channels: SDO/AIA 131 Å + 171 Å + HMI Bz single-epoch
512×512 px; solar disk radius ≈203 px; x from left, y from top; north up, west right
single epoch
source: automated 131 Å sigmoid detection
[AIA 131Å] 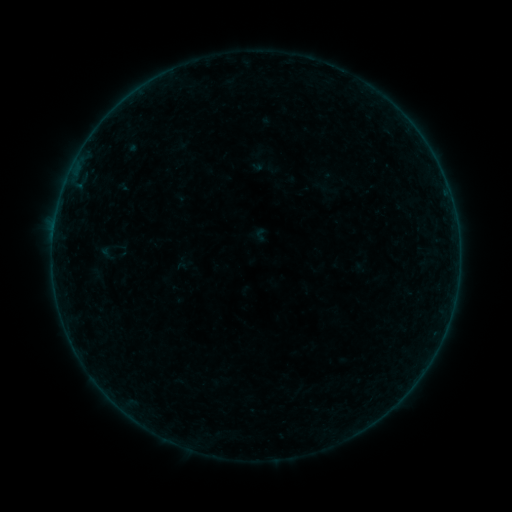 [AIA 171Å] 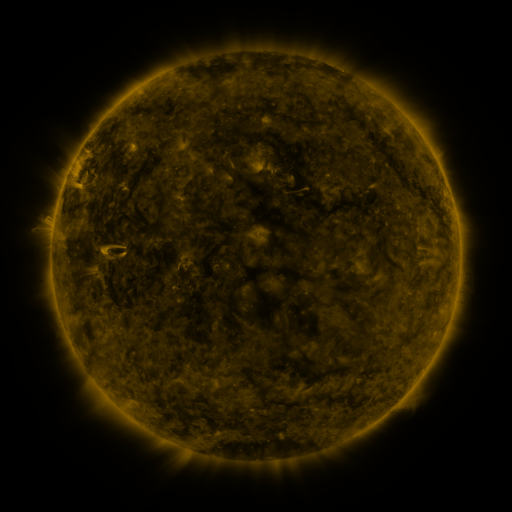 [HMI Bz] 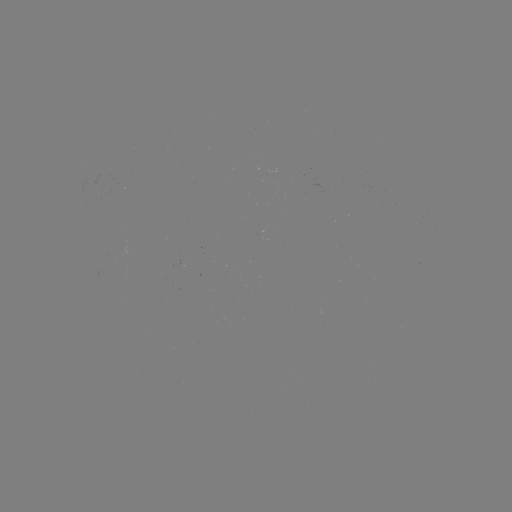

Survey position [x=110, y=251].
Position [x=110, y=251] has sigmoid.